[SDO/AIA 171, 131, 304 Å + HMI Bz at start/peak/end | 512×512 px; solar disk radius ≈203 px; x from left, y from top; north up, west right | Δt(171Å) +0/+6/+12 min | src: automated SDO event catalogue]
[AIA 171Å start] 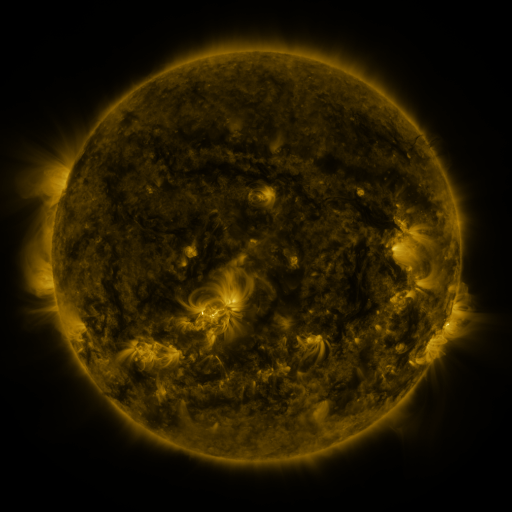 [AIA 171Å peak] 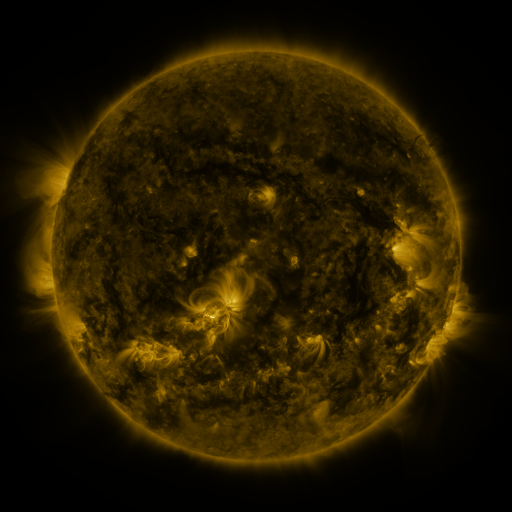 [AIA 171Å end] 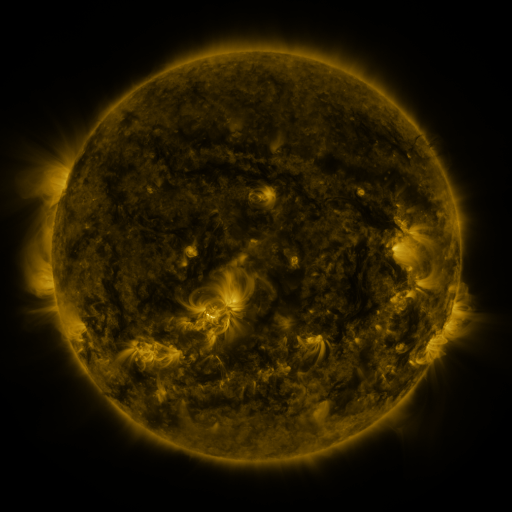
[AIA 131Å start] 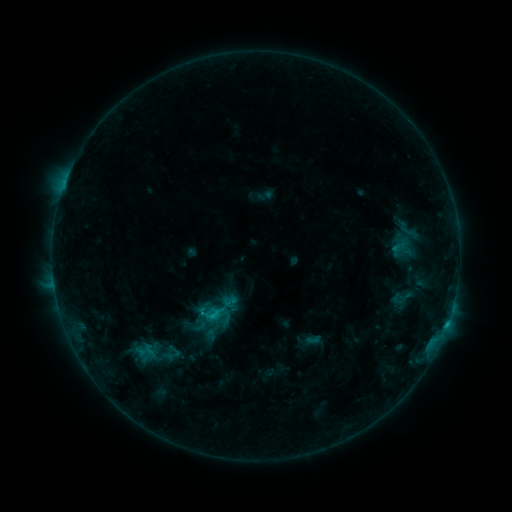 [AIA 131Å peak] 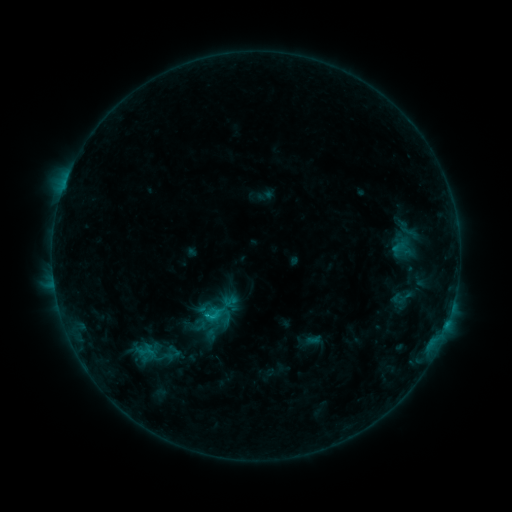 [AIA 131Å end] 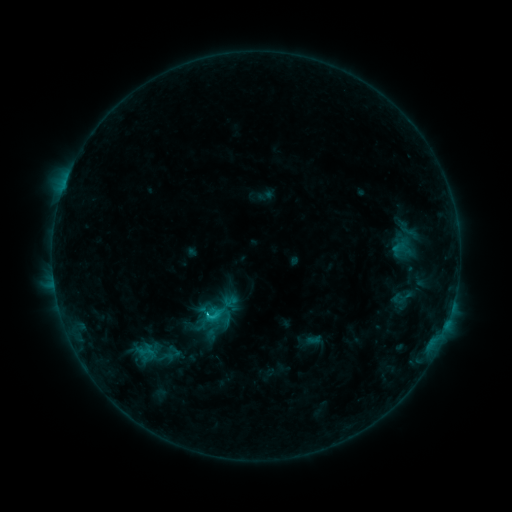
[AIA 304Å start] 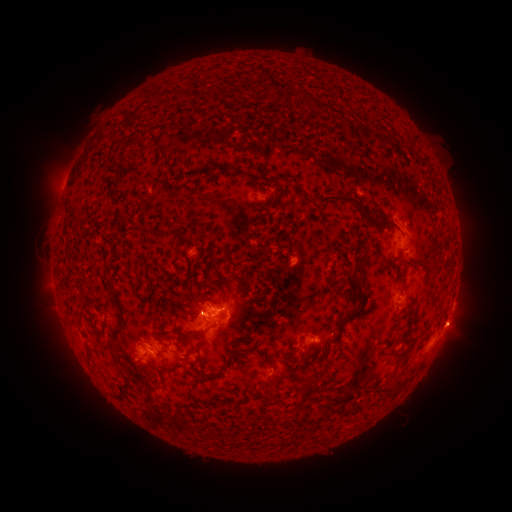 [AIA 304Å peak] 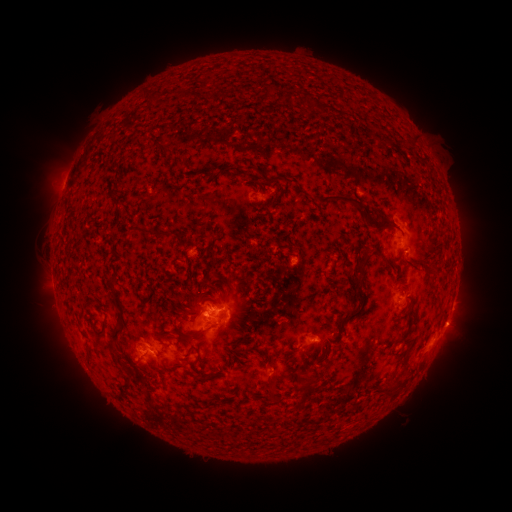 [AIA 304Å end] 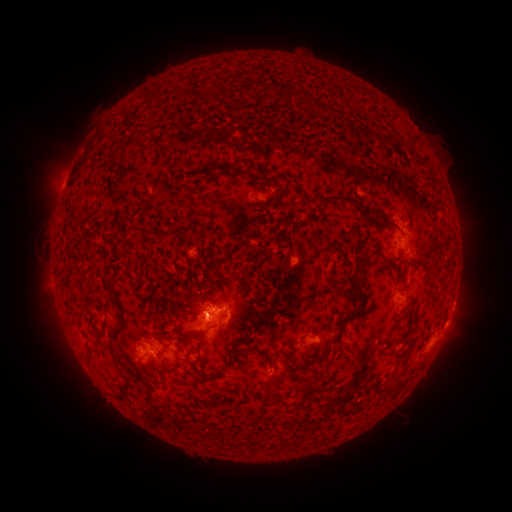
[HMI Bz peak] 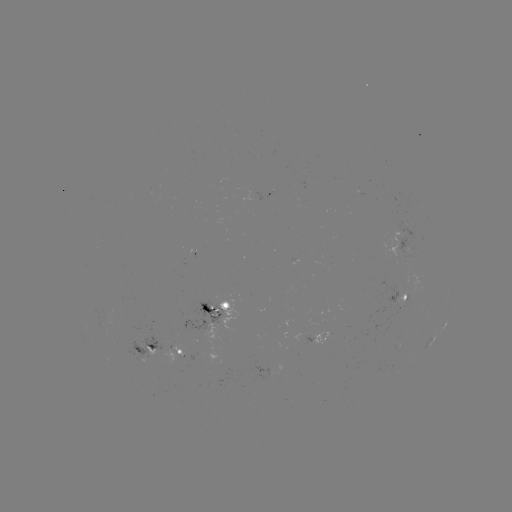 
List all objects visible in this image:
eruption: (204, 320)
